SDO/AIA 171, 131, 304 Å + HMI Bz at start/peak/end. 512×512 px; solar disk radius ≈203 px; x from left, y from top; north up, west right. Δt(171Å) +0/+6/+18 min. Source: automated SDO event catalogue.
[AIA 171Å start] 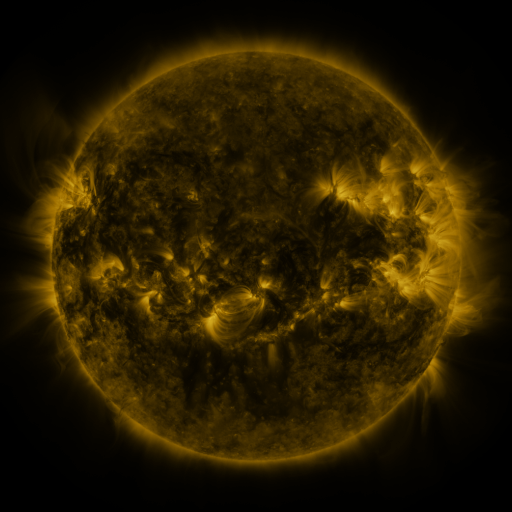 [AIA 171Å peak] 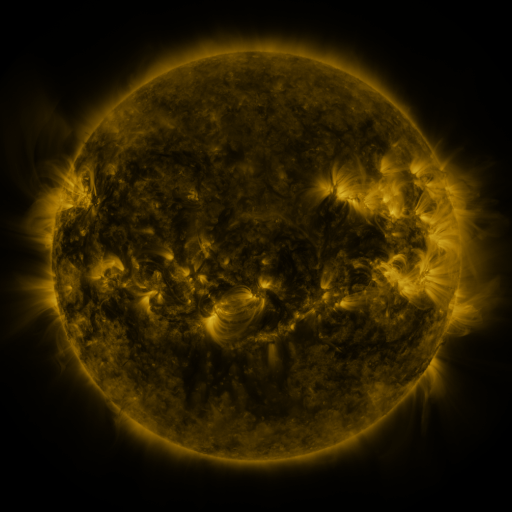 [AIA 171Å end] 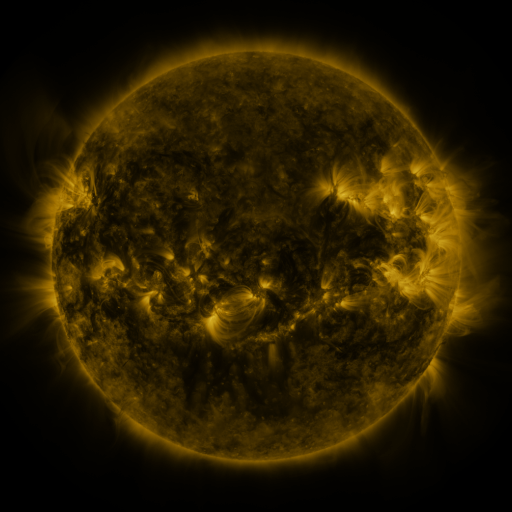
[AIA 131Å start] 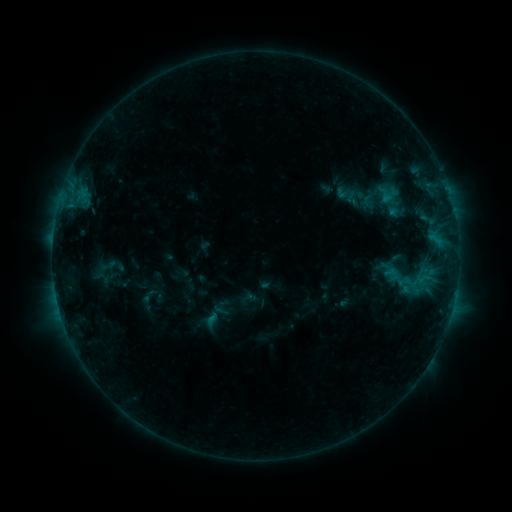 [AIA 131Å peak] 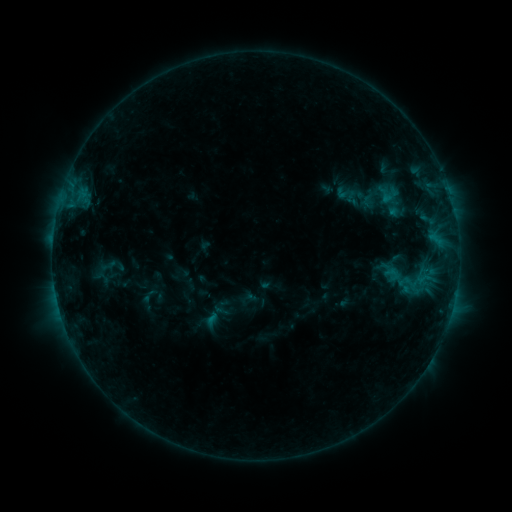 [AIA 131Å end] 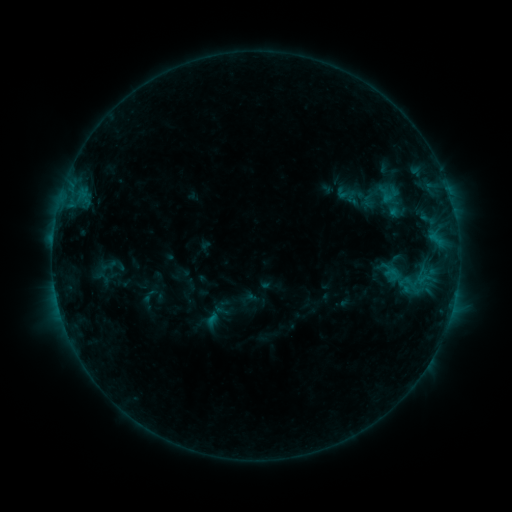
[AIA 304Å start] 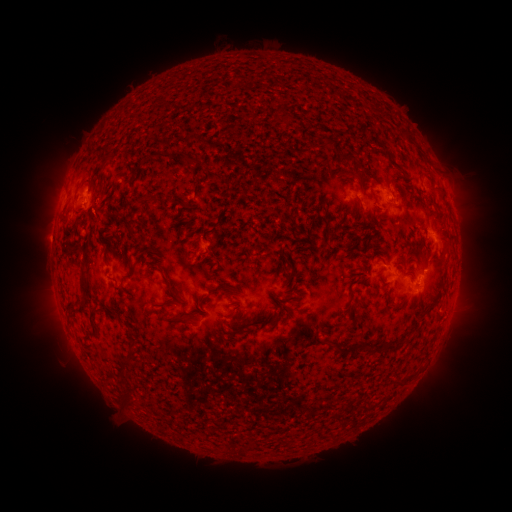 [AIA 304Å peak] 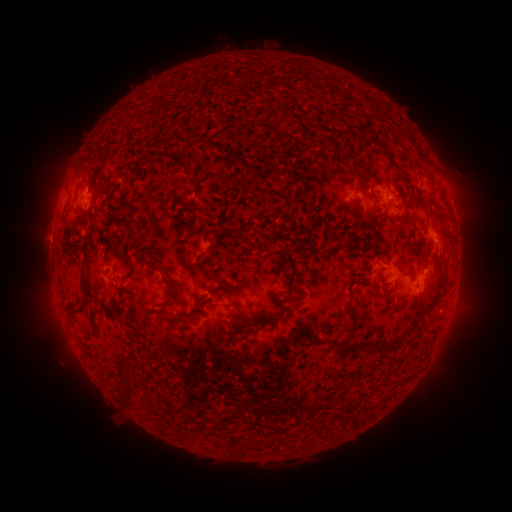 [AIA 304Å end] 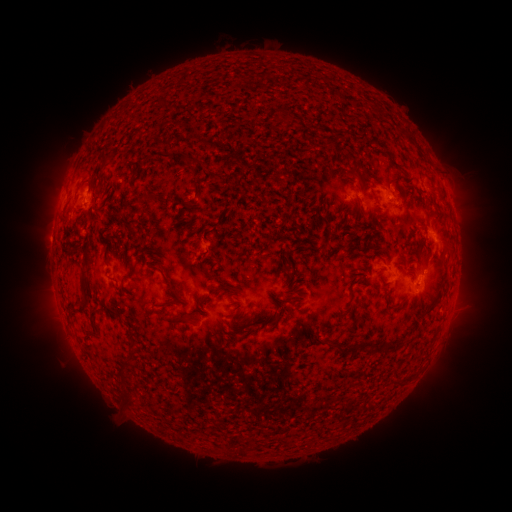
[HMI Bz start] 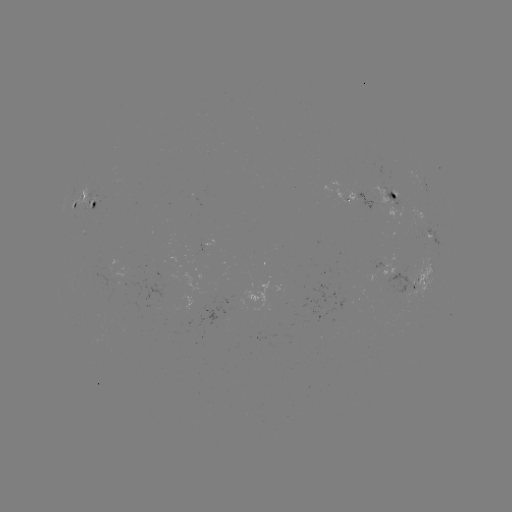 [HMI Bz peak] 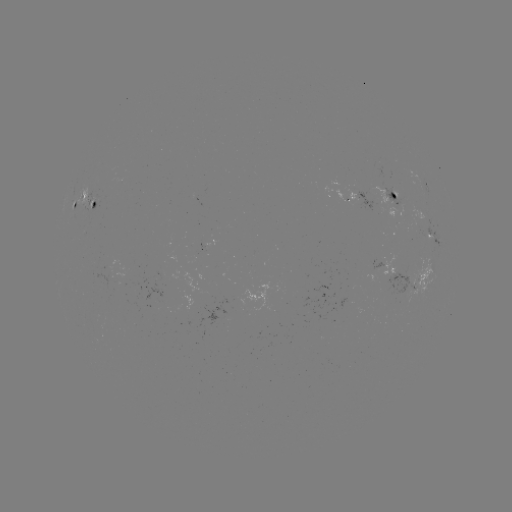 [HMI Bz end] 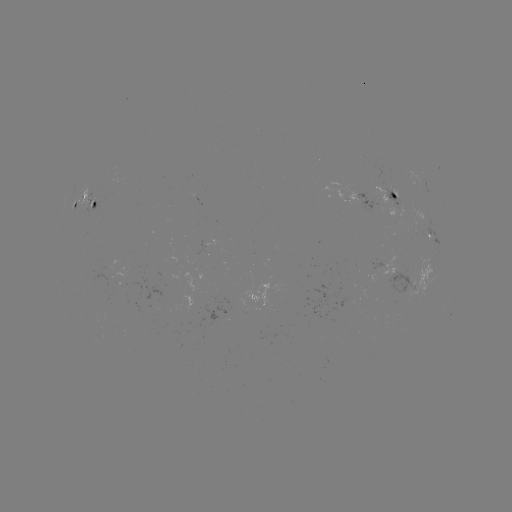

nothing was catalogued: no classed flare, no EUV trigger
